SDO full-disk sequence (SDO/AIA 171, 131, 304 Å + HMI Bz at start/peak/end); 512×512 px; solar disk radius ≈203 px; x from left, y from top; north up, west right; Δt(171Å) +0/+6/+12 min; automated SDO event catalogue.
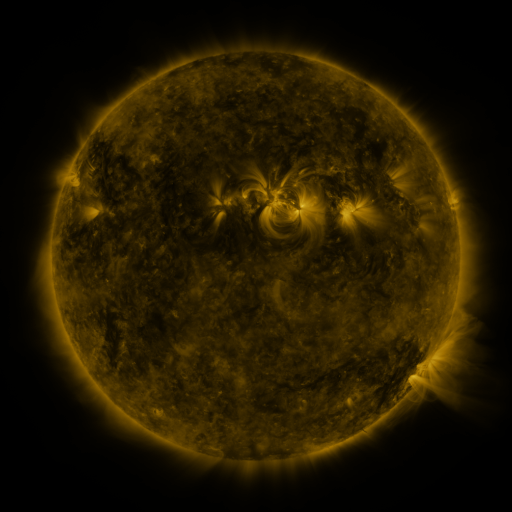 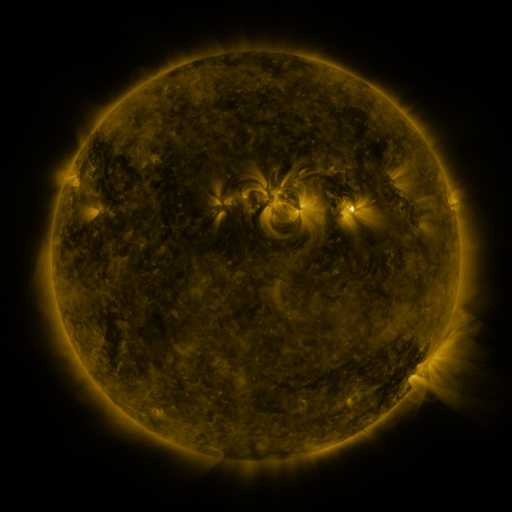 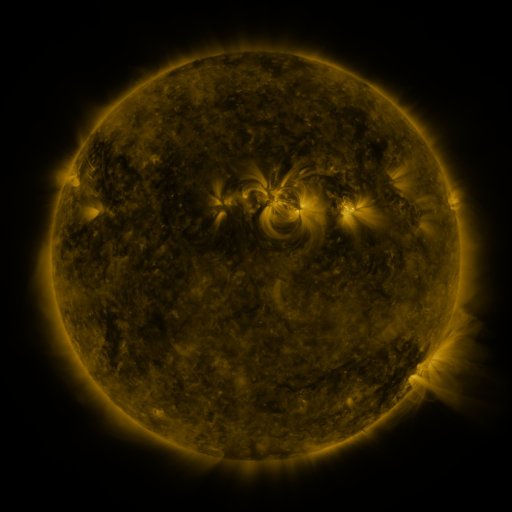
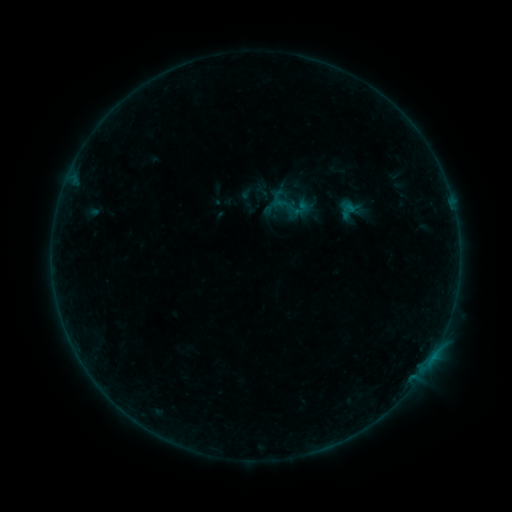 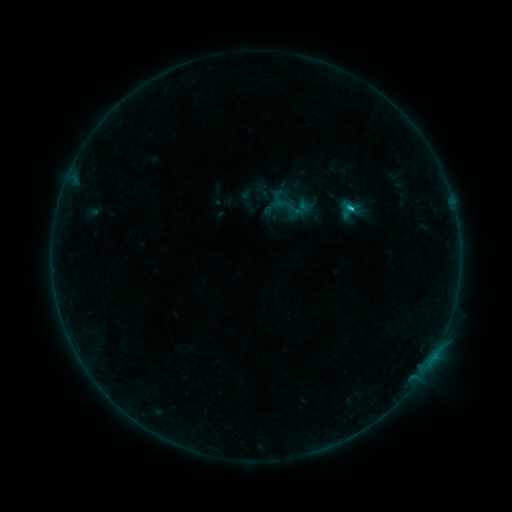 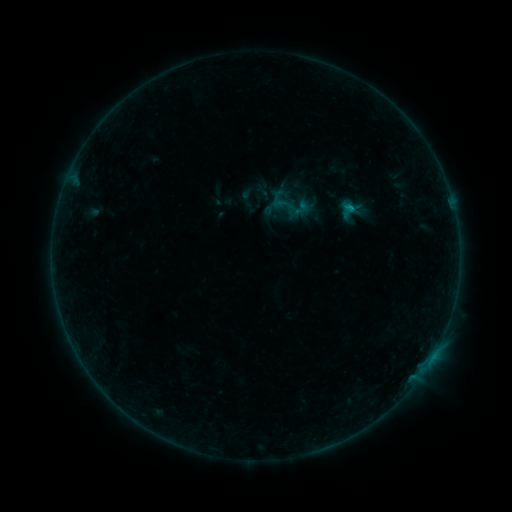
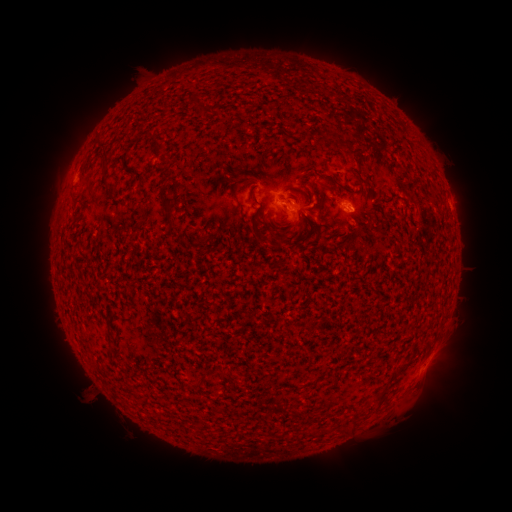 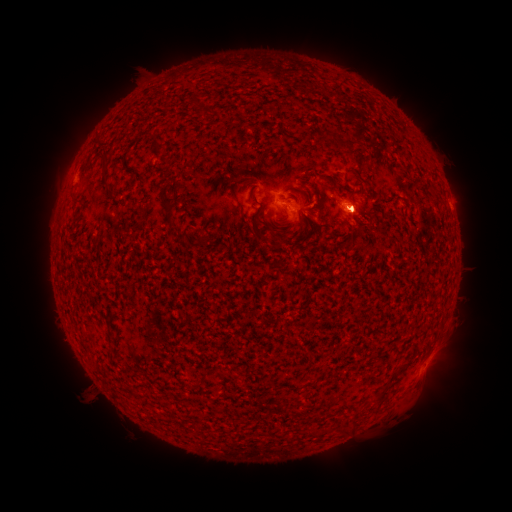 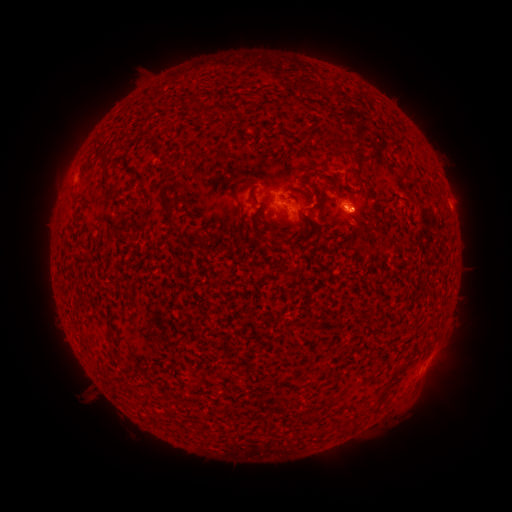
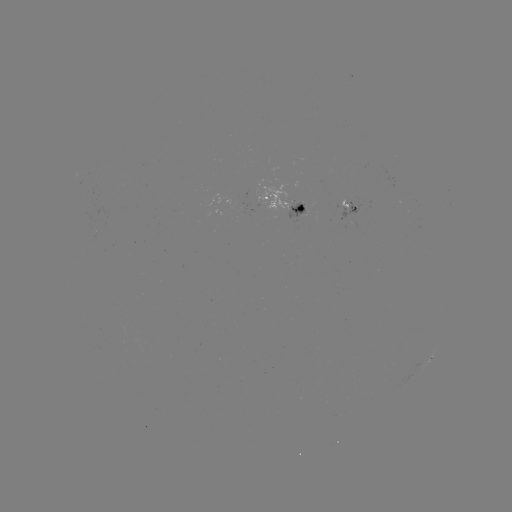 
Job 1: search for B6.1 flare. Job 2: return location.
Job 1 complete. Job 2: (352, 209).